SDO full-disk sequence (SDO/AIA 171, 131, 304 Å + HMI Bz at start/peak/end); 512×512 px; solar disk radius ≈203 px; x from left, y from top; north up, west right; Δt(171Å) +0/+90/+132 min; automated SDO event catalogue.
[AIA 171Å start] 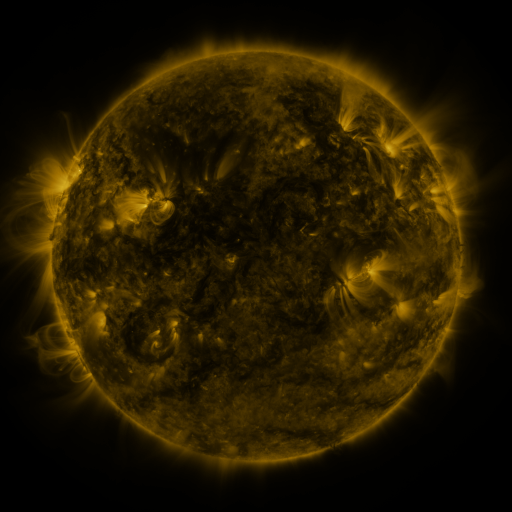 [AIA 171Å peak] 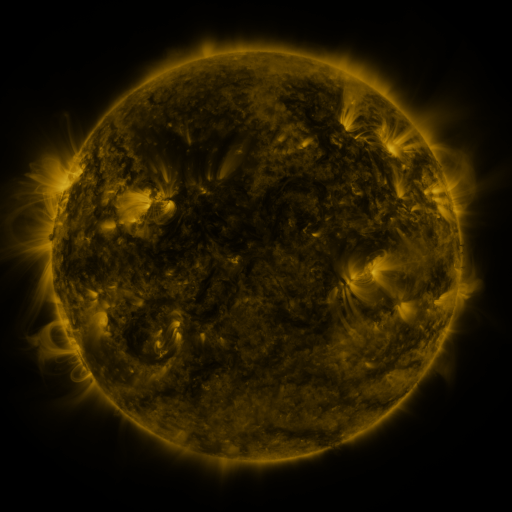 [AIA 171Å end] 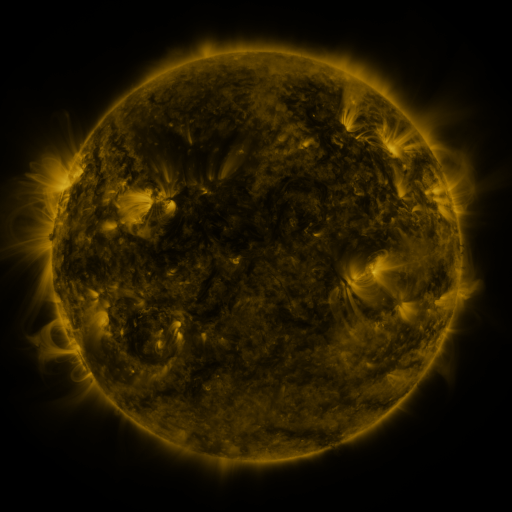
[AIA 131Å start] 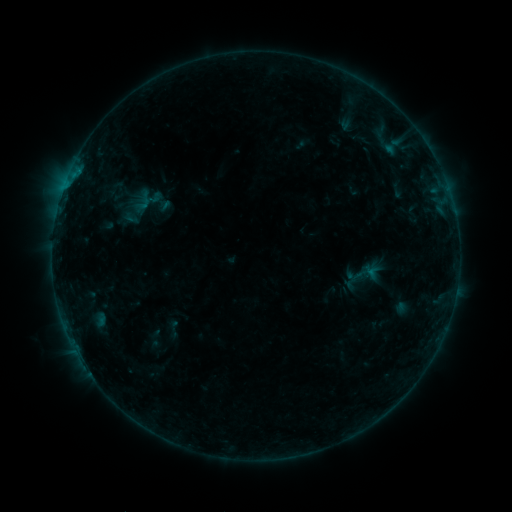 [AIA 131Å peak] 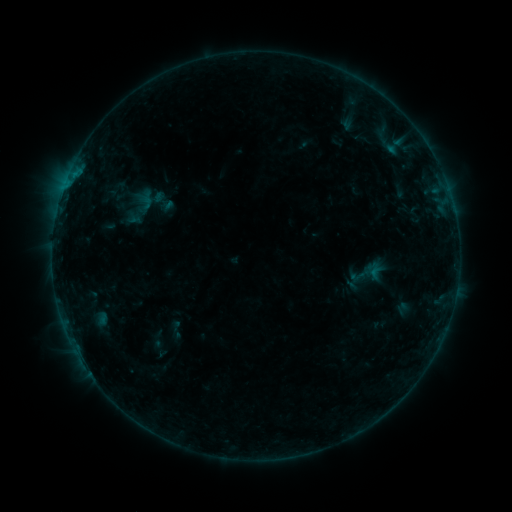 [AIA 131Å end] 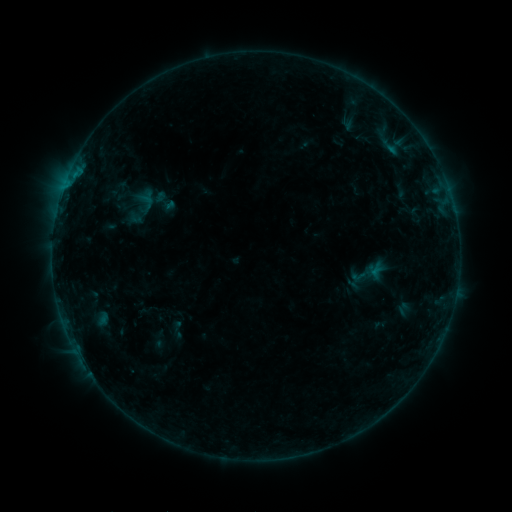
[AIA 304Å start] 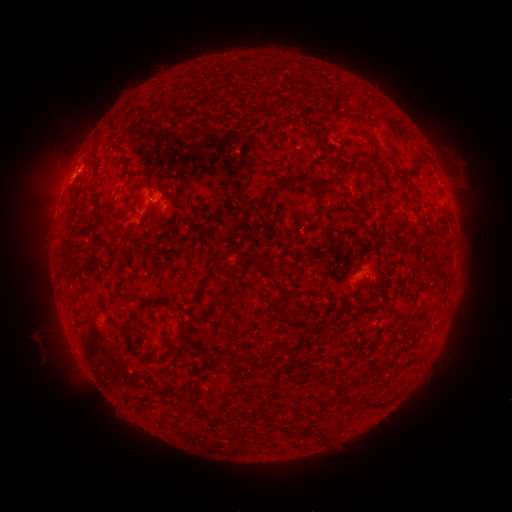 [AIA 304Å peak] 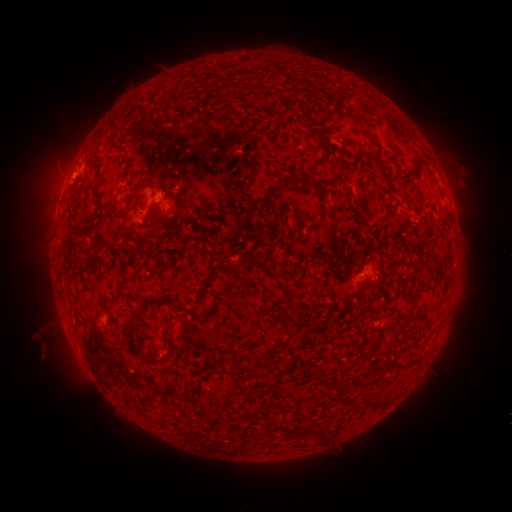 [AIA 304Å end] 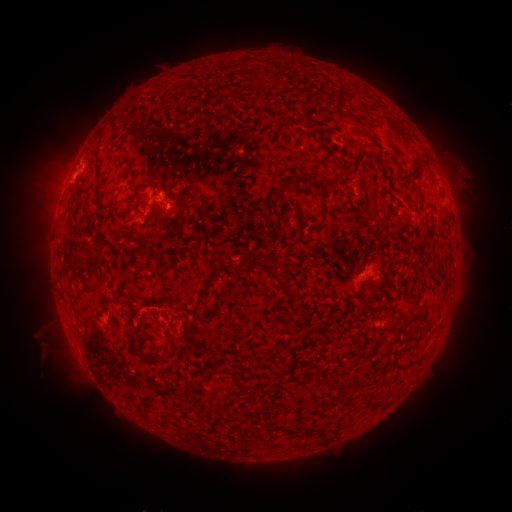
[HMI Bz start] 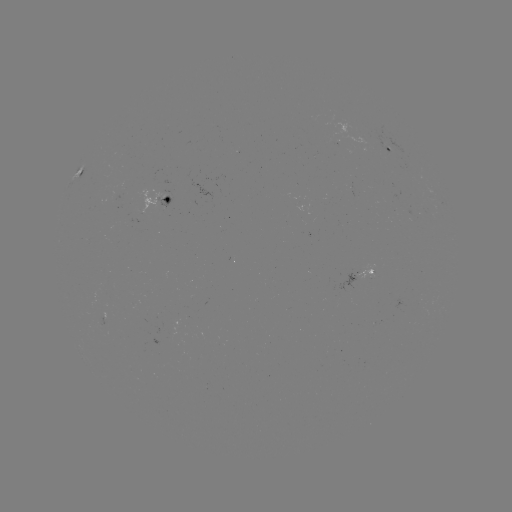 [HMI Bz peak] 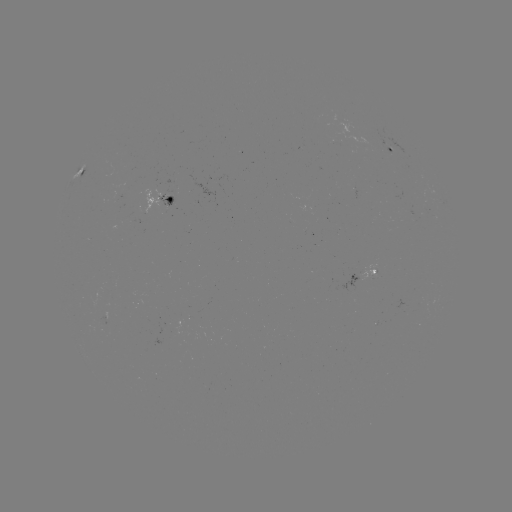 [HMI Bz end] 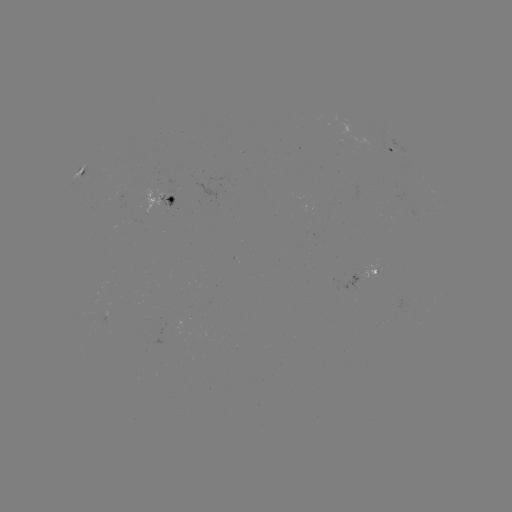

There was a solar emerging-flux region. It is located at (365, 273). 